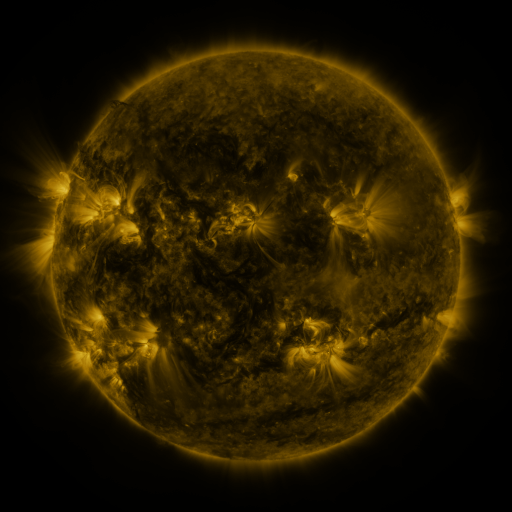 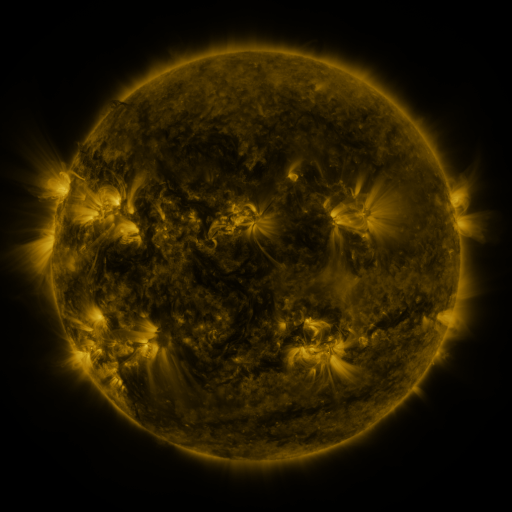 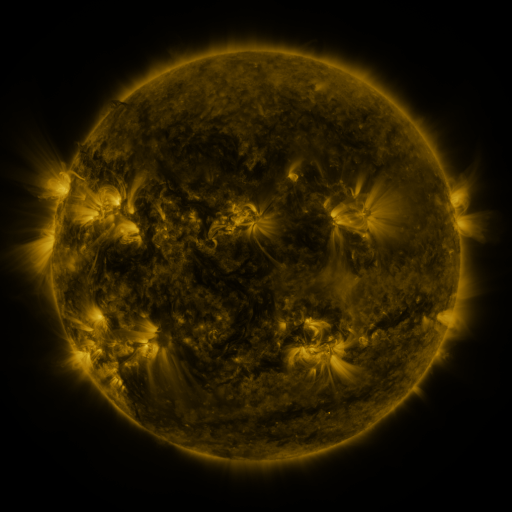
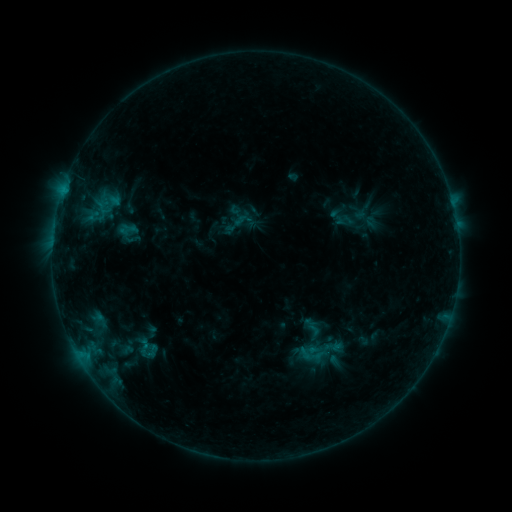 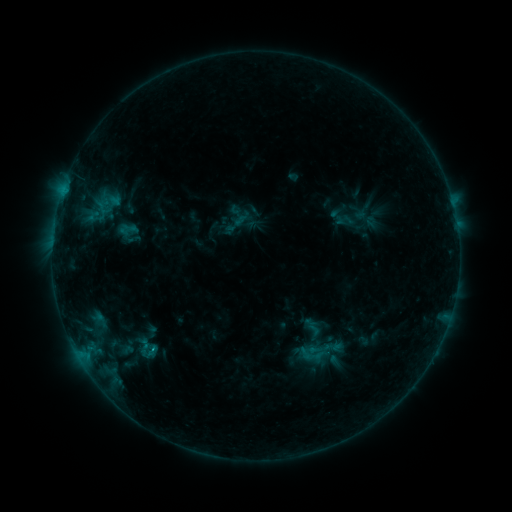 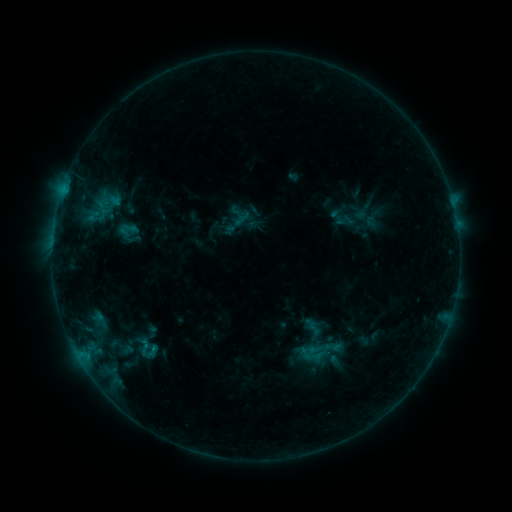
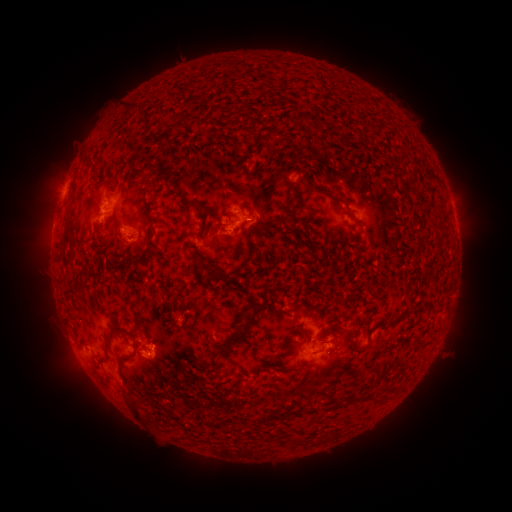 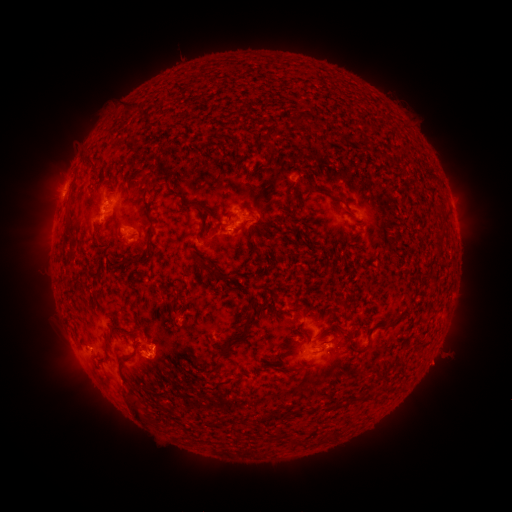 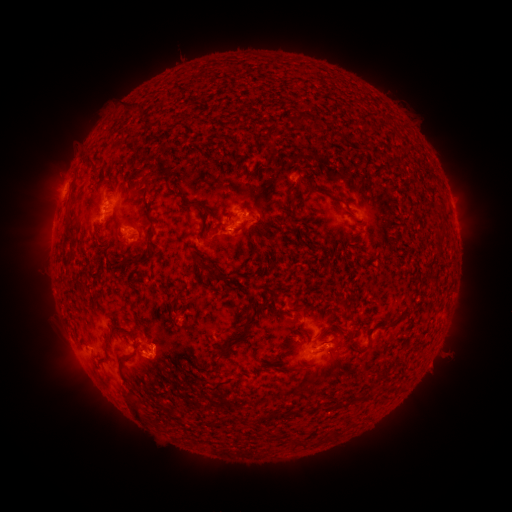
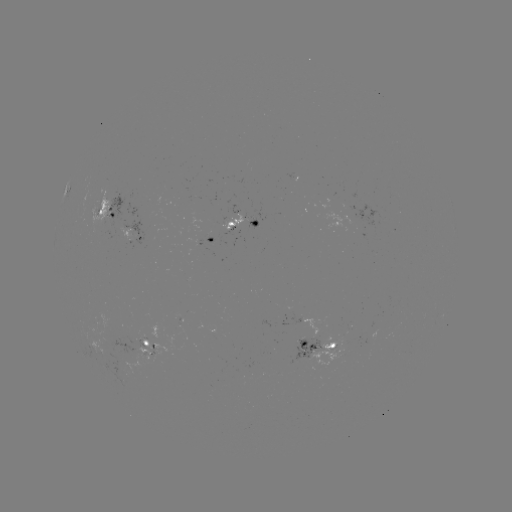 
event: eruption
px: (435, 368)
